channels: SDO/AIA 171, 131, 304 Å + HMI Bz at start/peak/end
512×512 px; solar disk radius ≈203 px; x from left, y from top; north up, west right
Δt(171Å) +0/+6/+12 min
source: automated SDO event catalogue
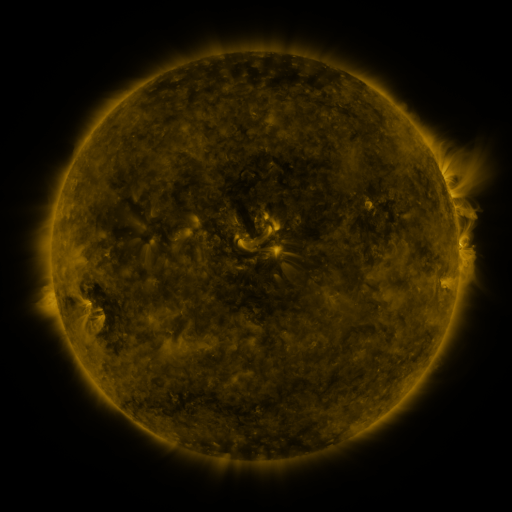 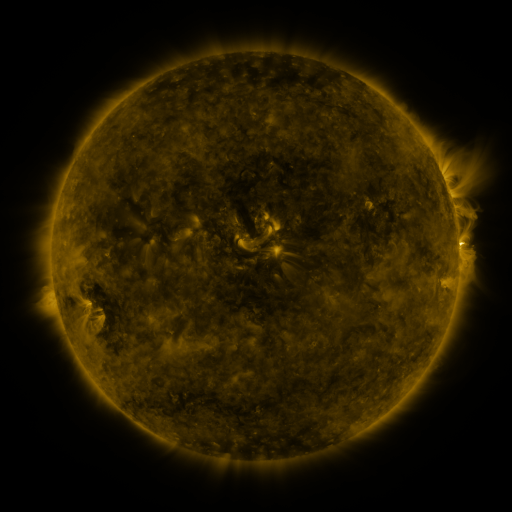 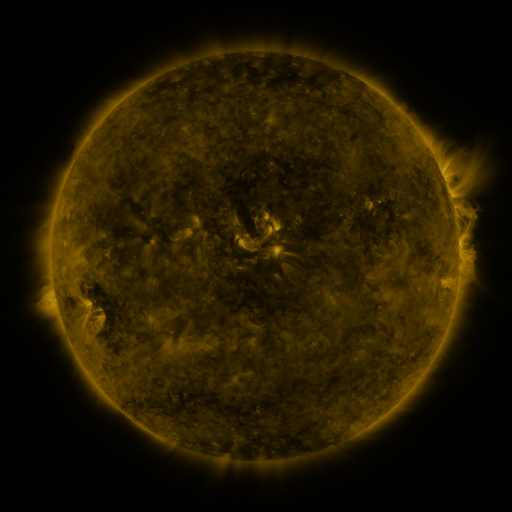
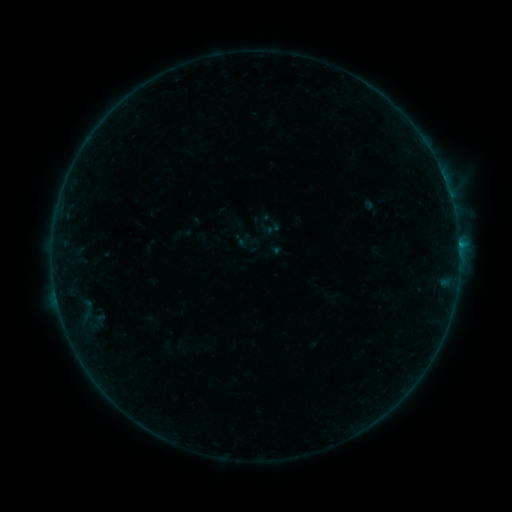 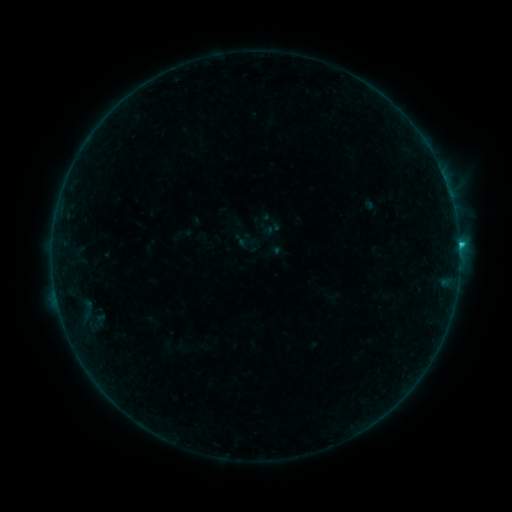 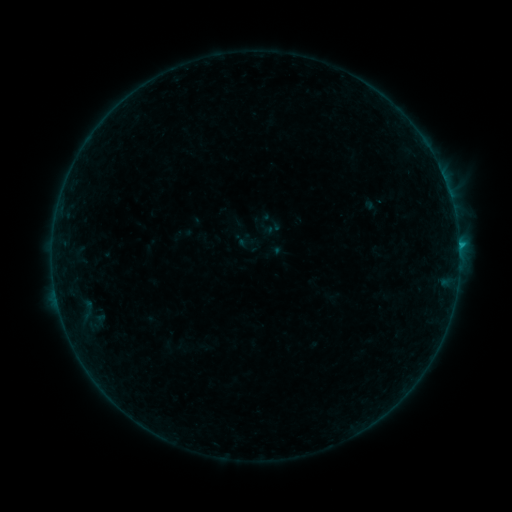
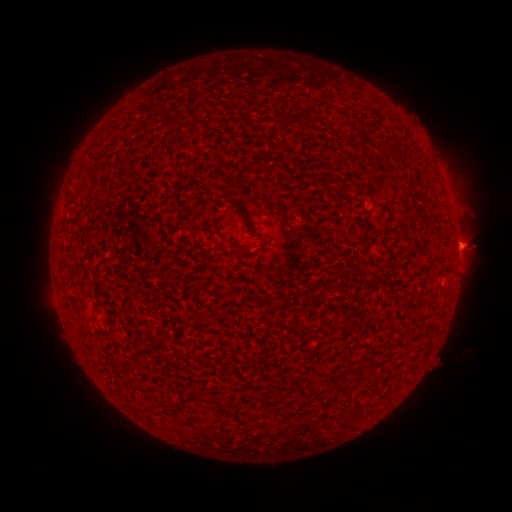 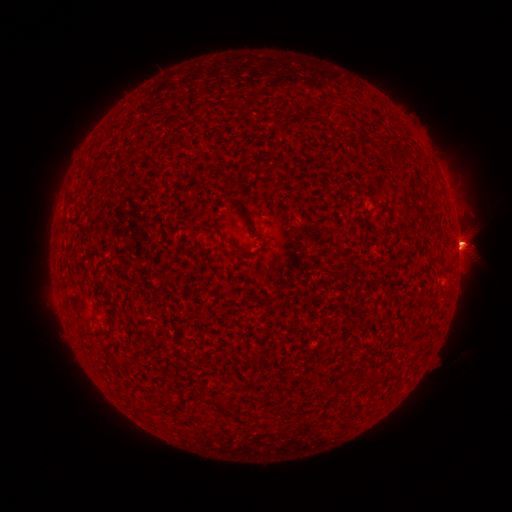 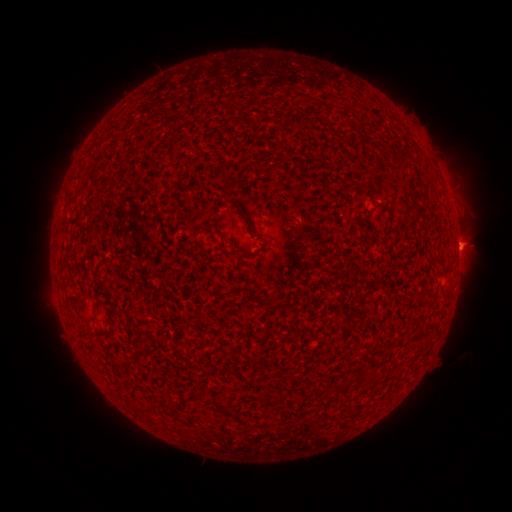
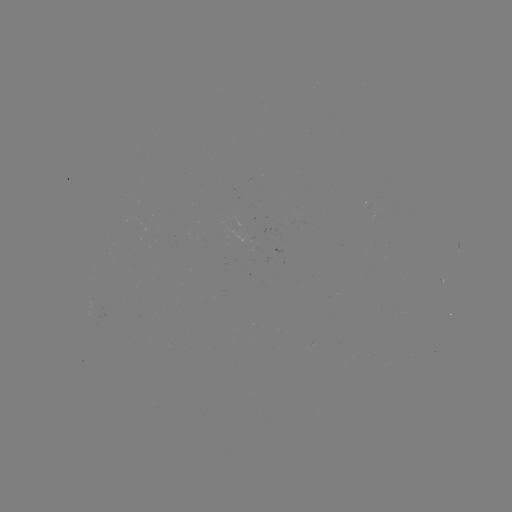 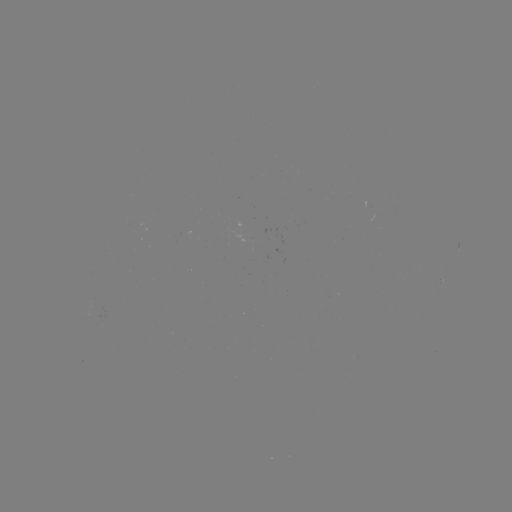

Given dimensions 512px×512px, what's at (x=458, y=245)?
B8.7 flare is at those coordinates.